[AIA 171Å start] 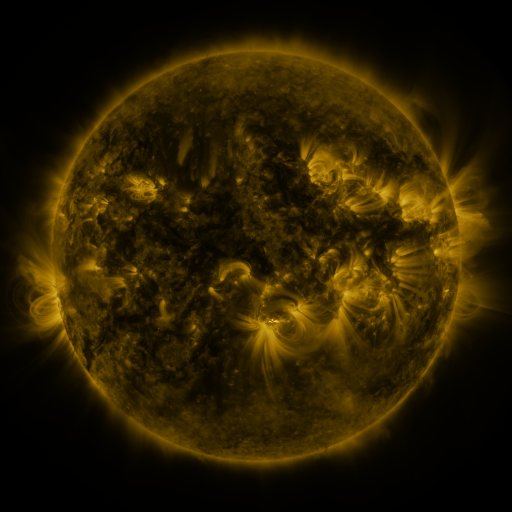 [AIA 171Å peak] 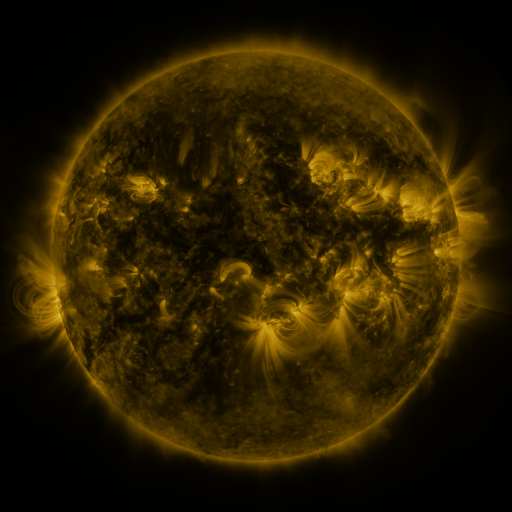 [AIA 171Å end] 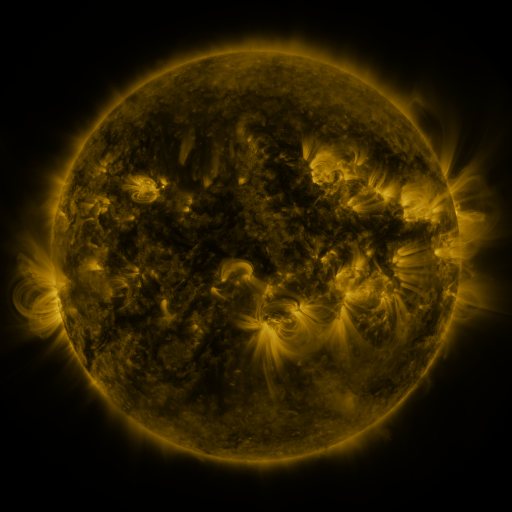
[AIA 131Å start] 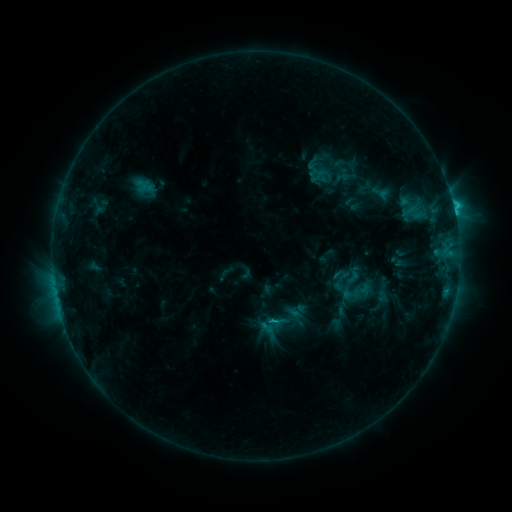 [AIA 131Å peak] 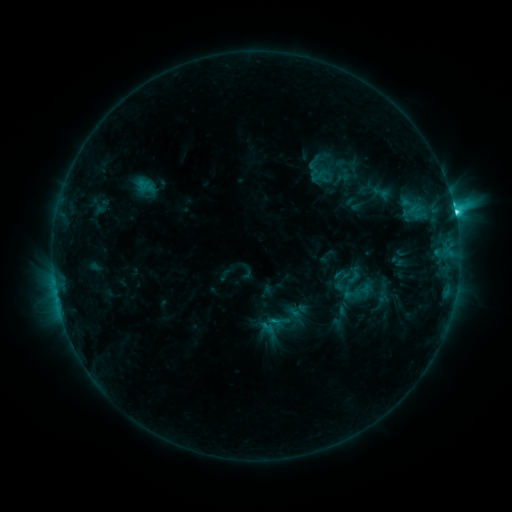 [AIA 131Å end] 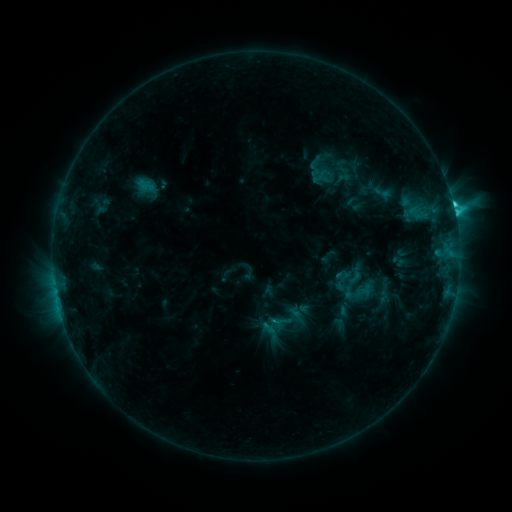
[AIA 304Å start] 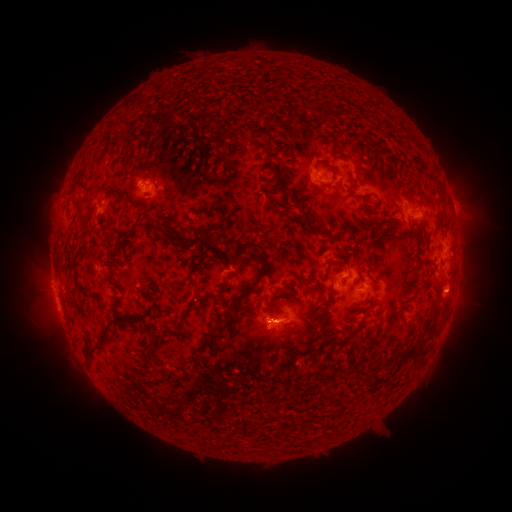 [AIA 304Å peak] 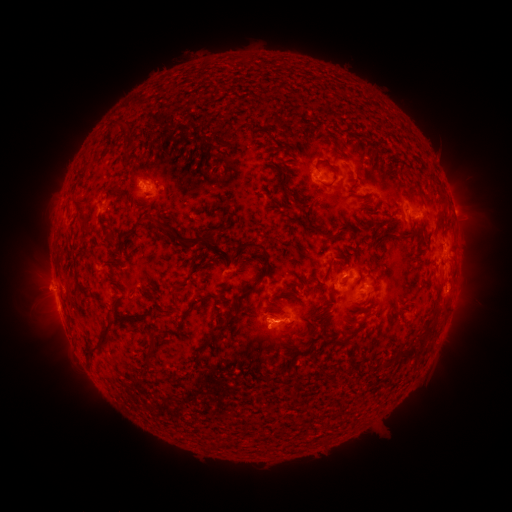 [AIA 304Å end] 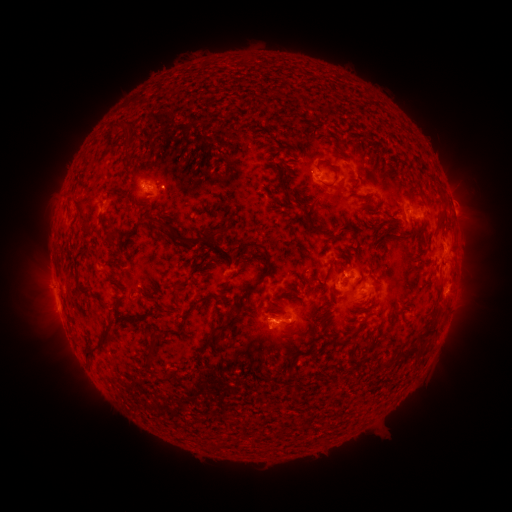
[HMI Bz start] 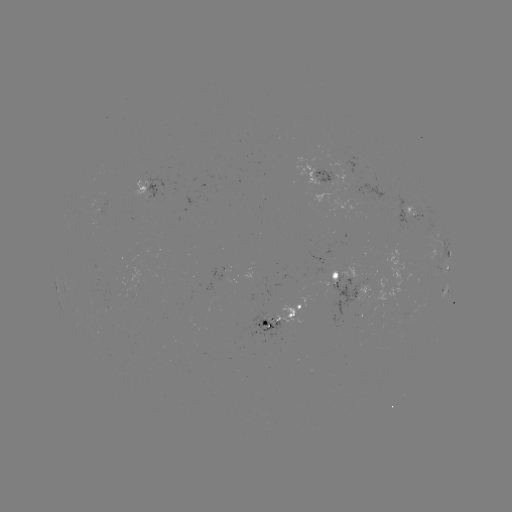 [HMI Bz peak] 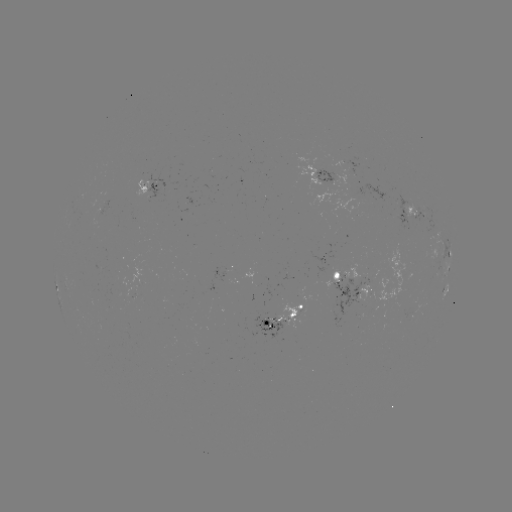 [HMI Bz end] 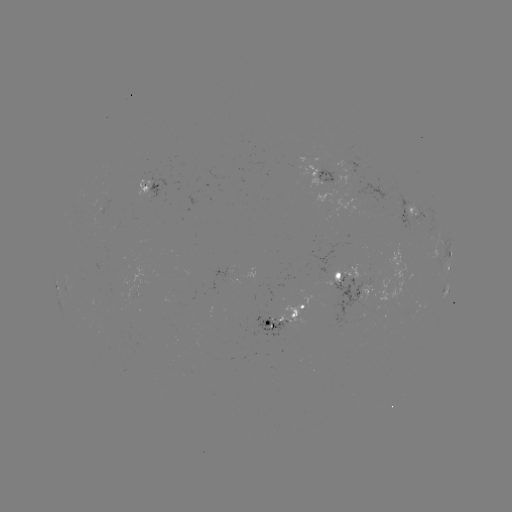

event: flare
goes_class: C5.5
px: (454, 213)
